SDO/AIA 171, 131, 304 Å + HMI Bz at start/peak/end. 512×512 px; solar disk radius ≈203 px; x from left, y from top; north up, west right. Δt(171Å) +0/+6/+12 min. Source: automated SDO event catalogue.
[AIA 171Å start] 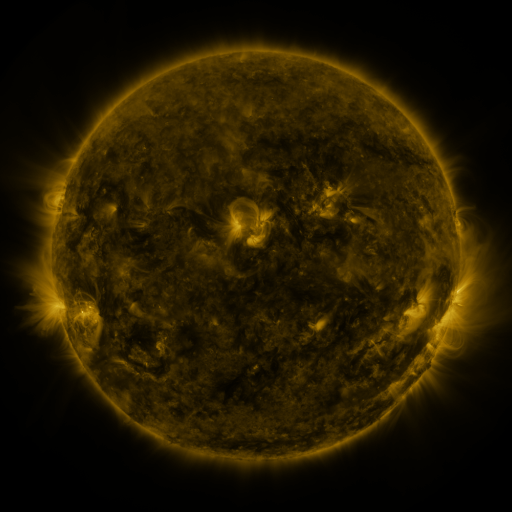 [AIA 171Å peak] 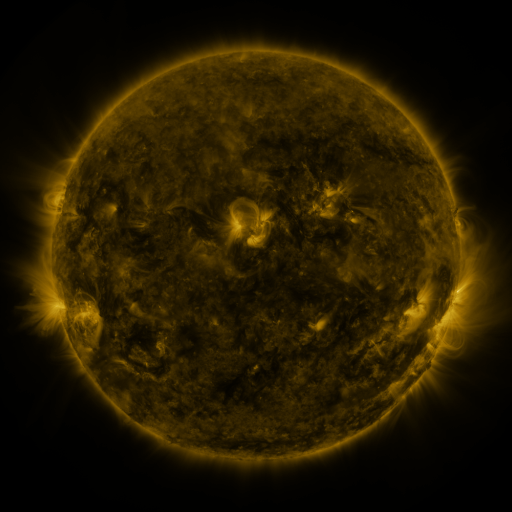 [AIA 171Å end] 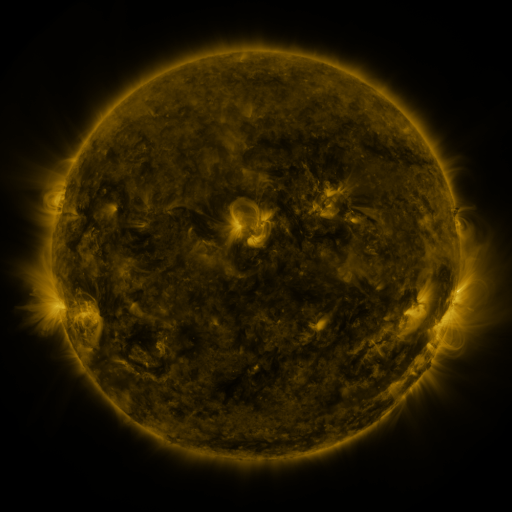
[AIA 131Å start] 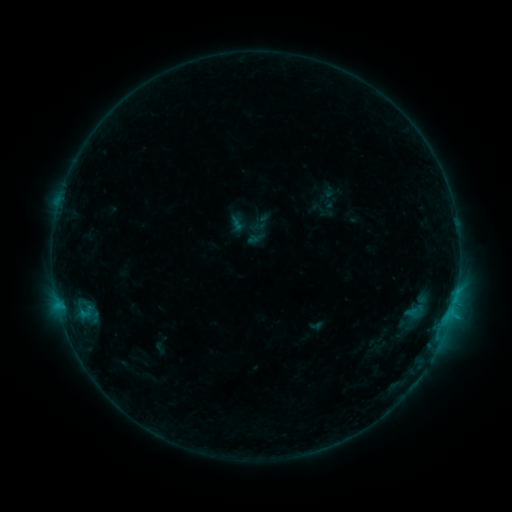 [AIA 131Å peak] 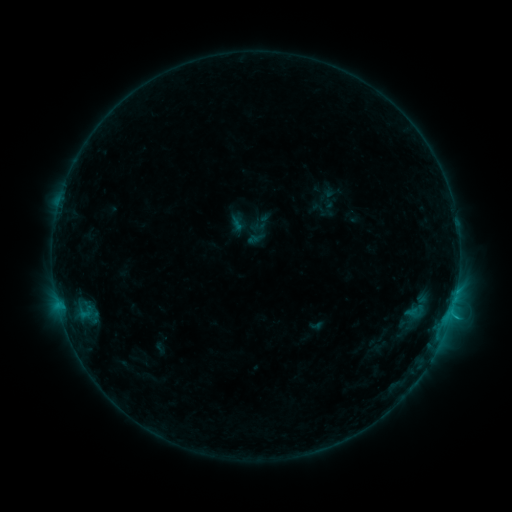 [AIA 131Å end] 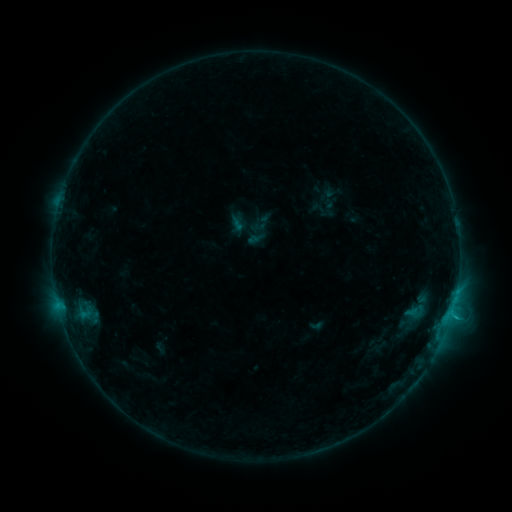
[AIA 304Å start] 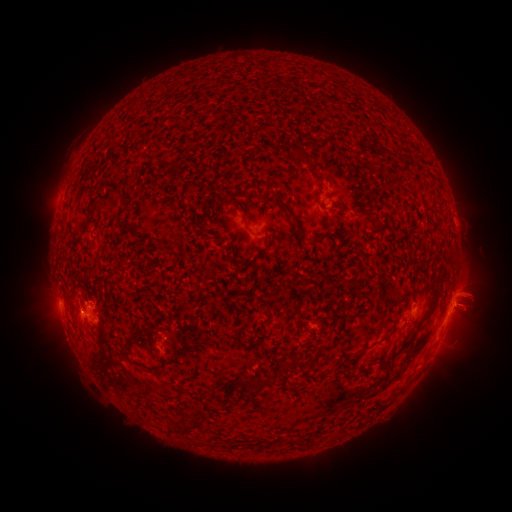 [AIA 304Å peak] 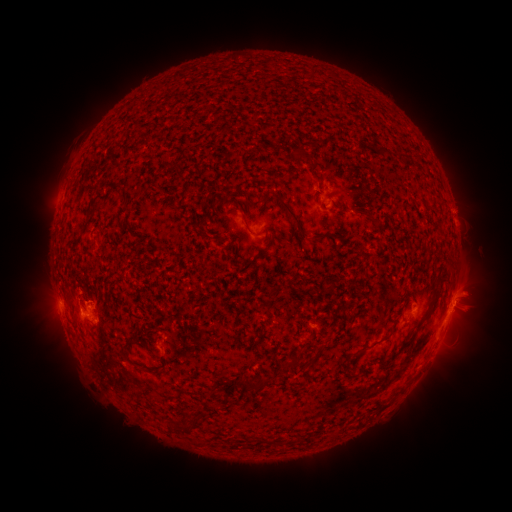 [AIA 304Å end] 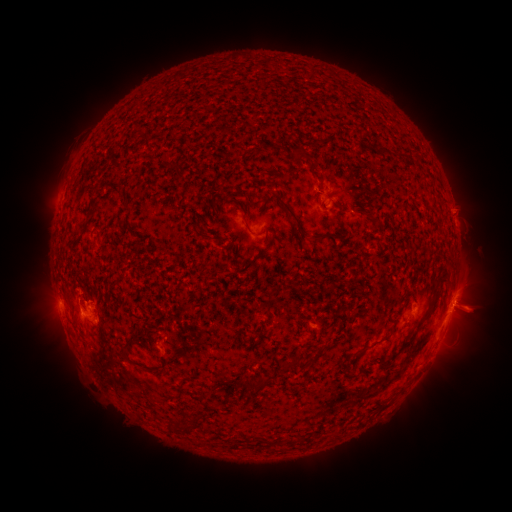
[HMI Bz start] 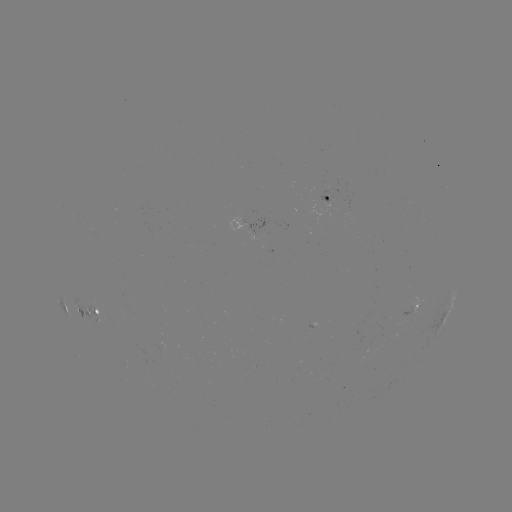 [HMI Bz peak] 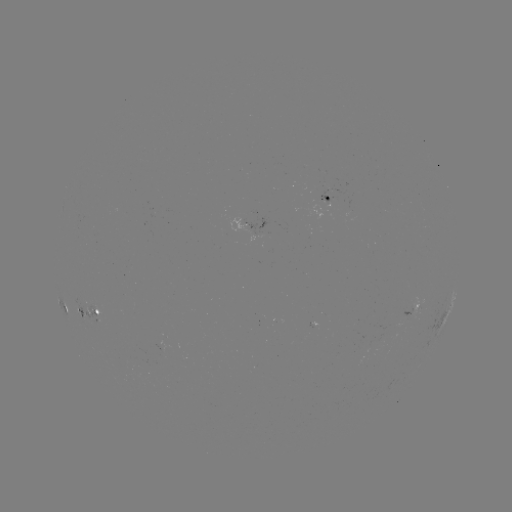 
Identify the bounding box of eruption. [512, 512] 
[443, 193, 478, 227].